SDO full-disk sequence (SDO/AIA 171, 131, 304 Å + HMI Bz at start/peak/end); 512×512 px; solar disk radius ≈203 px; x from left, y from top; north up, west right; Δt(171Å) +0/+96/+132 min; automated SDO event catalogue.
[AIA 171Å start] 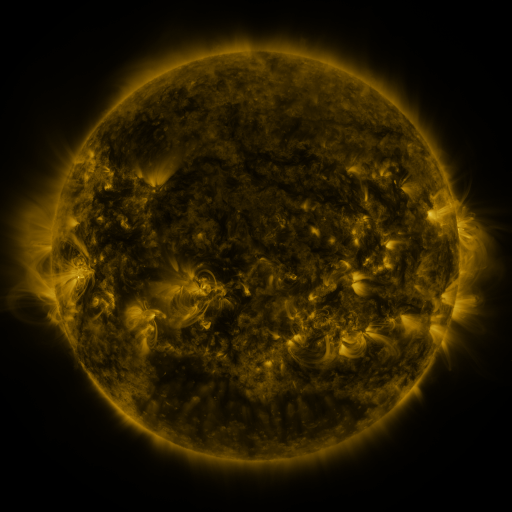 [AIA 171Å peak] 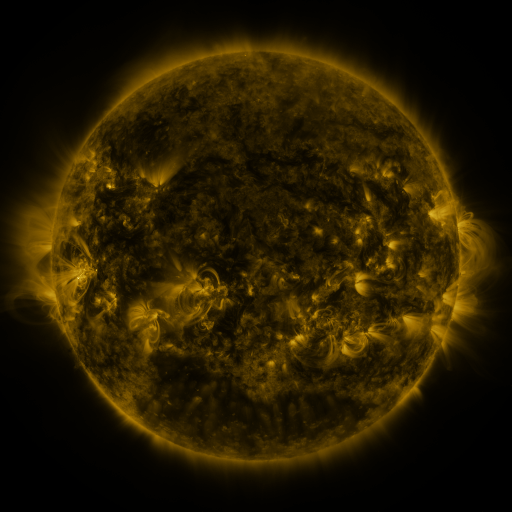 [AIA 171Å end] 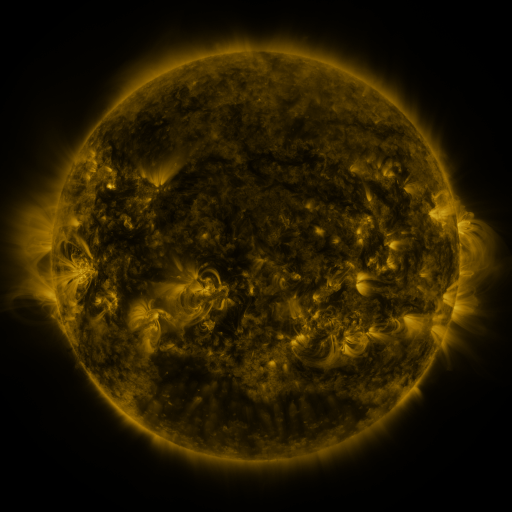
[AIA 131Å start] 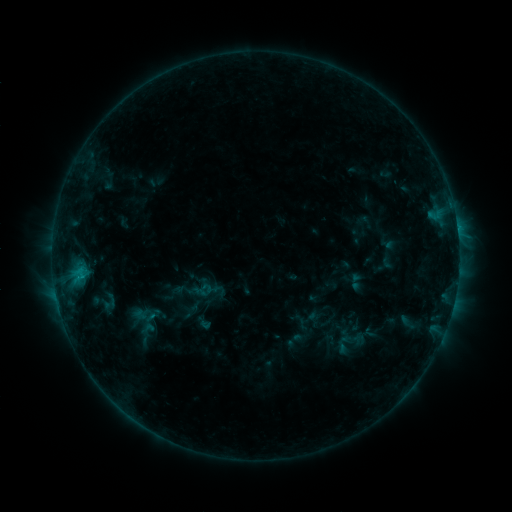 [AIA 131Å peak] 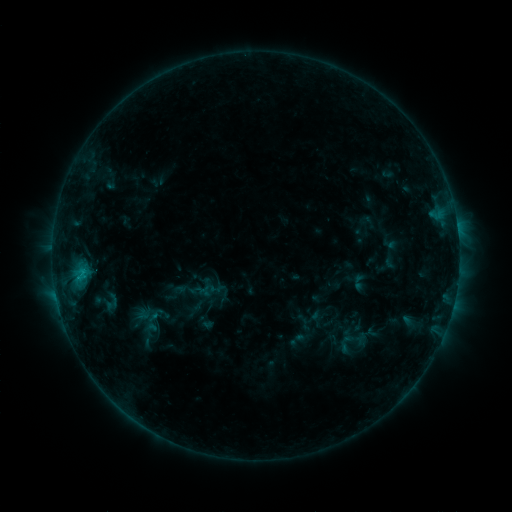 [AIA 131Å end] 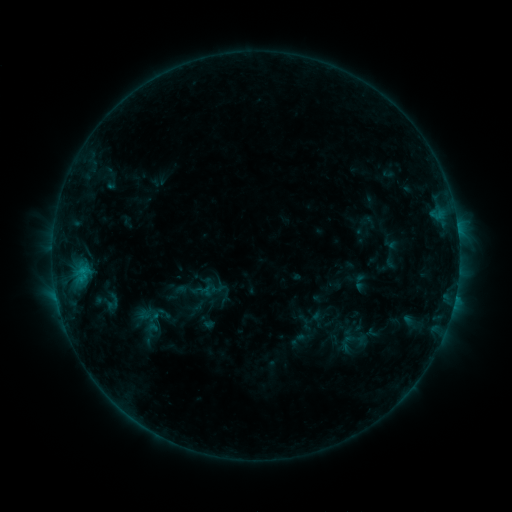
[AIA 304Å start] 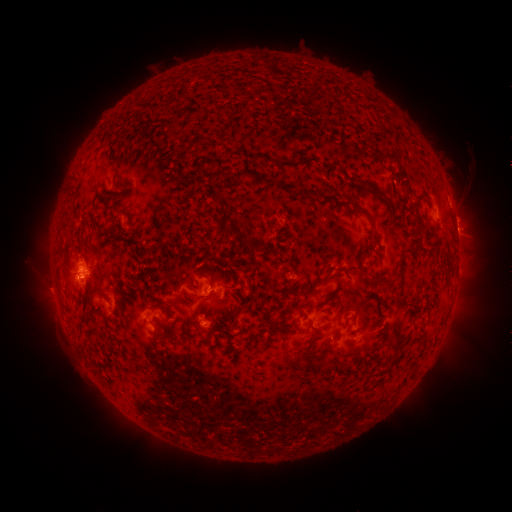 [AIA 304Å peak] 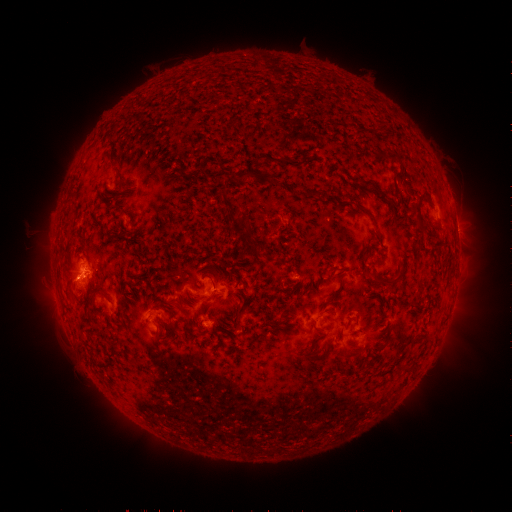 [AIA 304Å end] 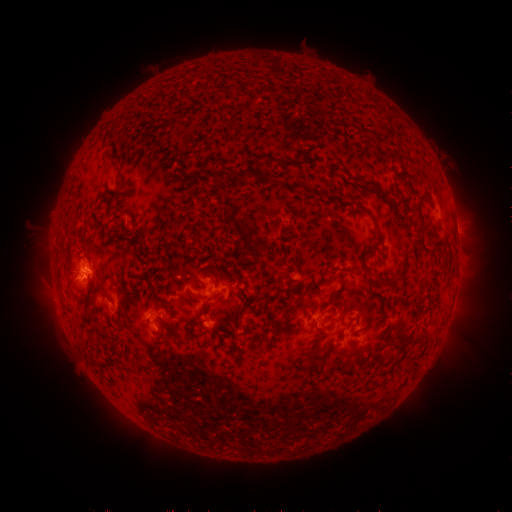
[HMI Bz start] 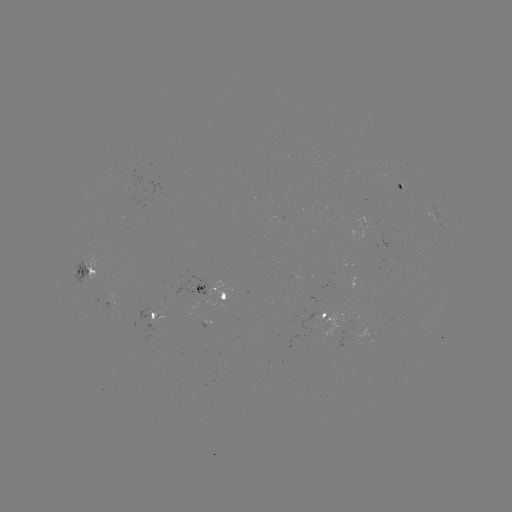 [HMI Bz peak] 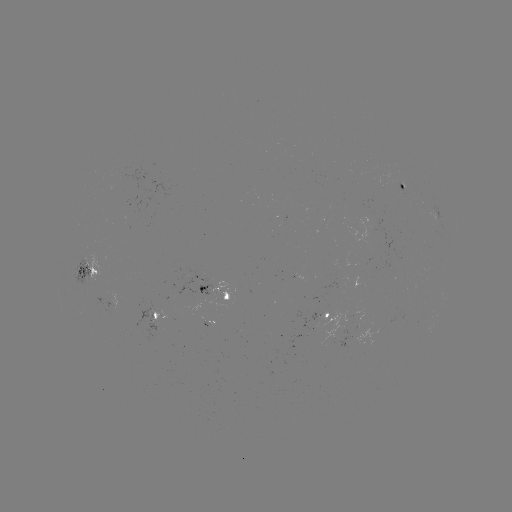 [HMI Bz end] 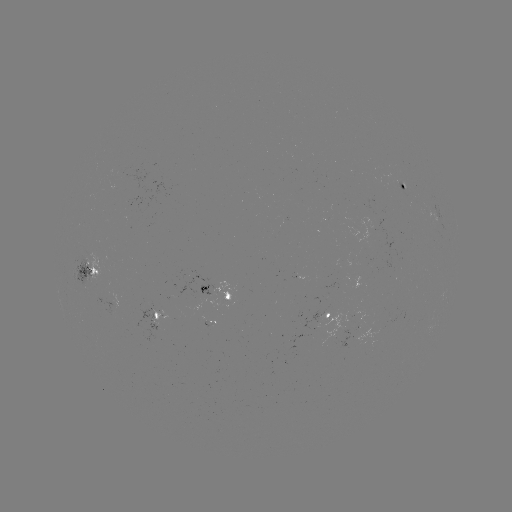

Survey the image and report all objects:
emerging-flux region: (193, 297)
